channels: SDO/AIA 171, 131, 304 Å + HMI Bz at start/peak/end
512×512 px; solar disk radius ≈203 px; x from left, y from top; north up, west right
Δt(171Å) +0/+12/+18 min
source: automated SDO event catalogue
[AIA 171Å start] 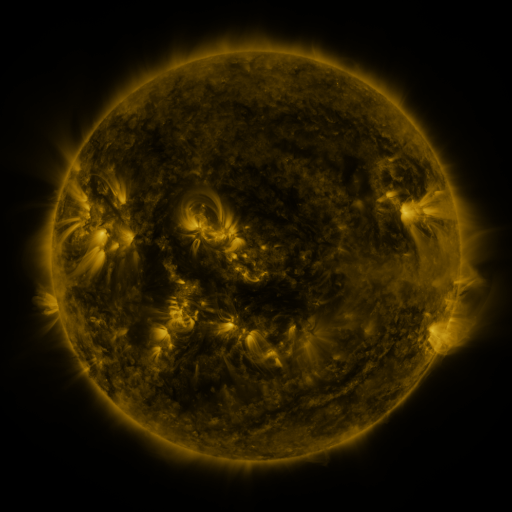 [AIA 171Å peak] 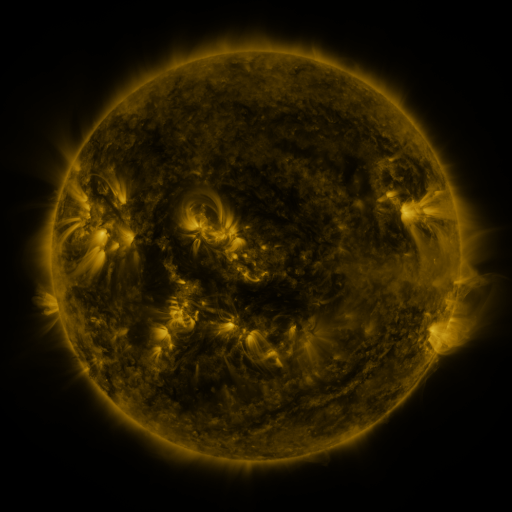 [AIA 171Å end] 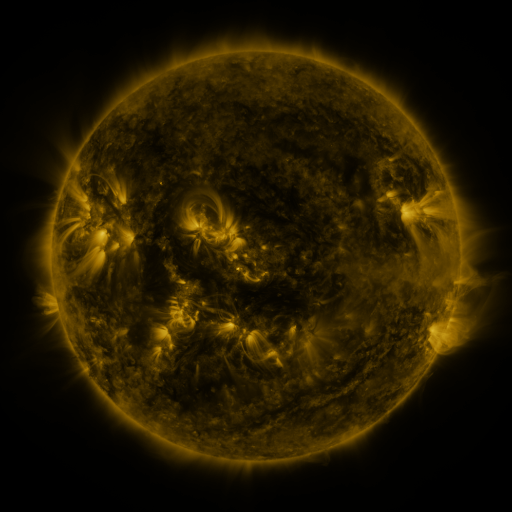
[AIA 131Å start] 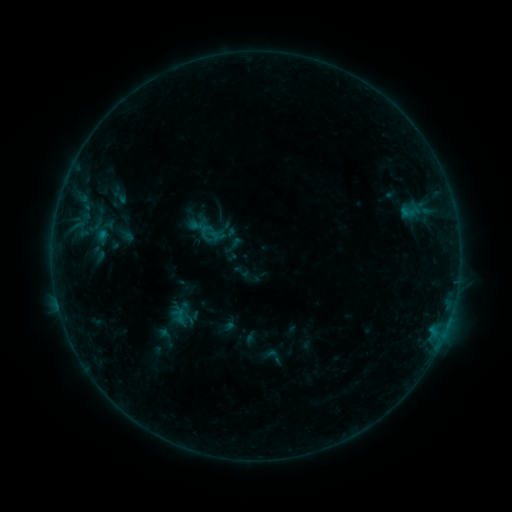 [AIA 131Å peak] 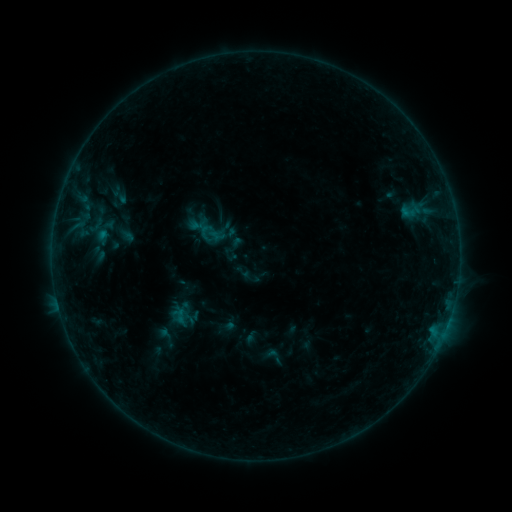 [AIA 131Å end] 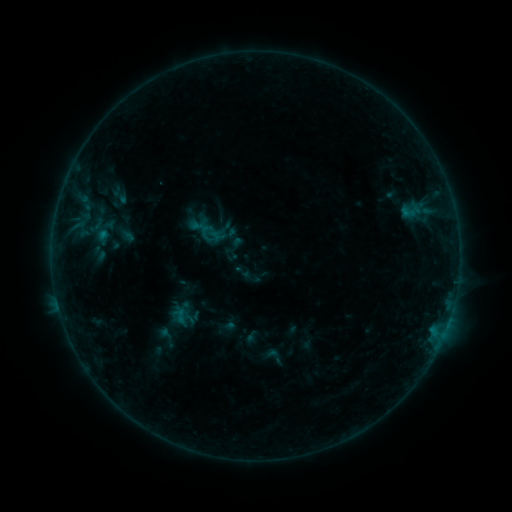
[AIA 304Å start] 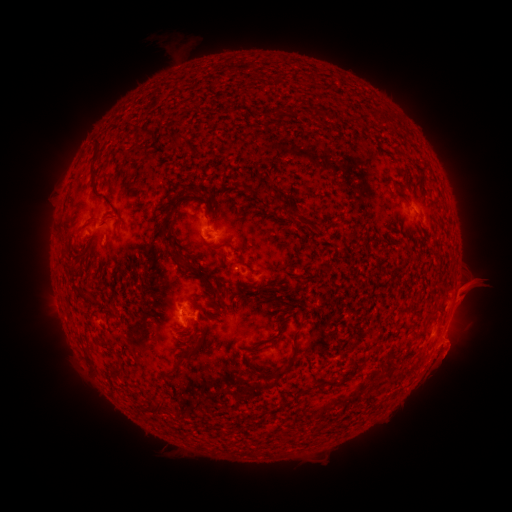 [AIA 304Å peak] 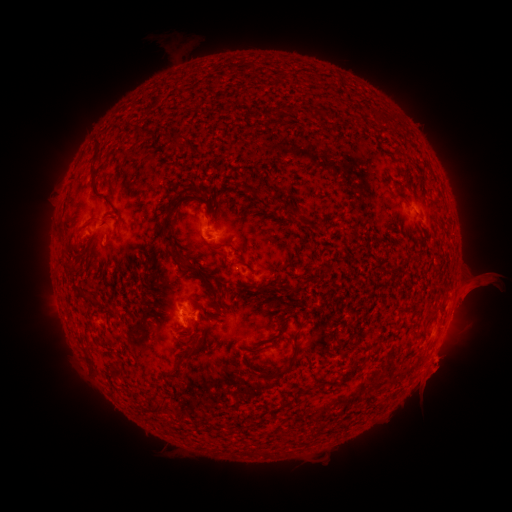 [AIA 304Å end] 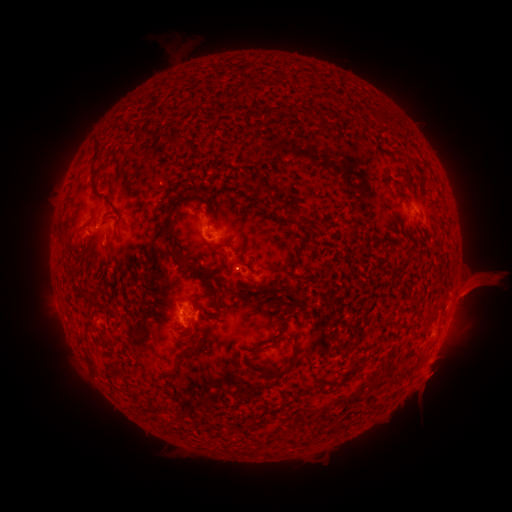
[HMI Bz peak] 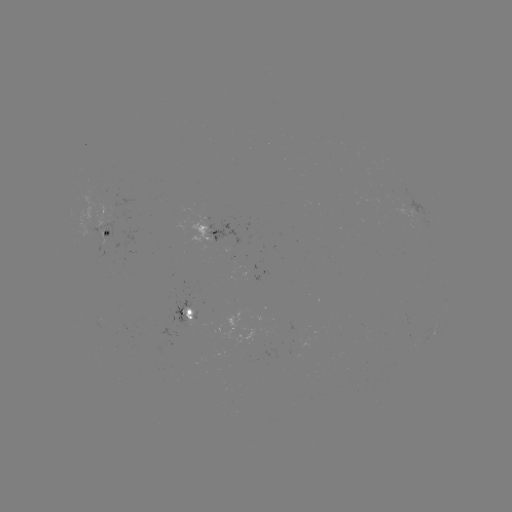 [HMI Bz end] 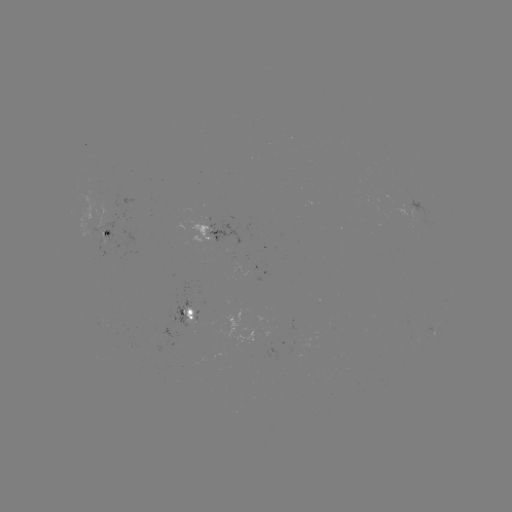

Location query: eruption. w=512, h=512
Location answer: (444, 362).